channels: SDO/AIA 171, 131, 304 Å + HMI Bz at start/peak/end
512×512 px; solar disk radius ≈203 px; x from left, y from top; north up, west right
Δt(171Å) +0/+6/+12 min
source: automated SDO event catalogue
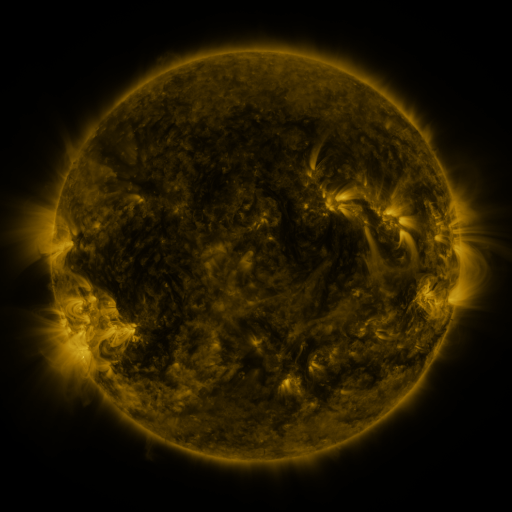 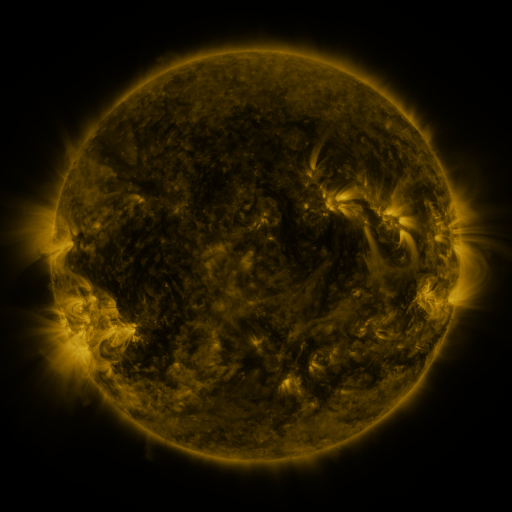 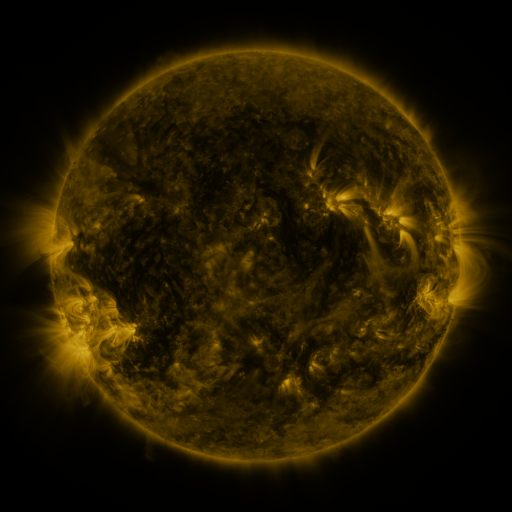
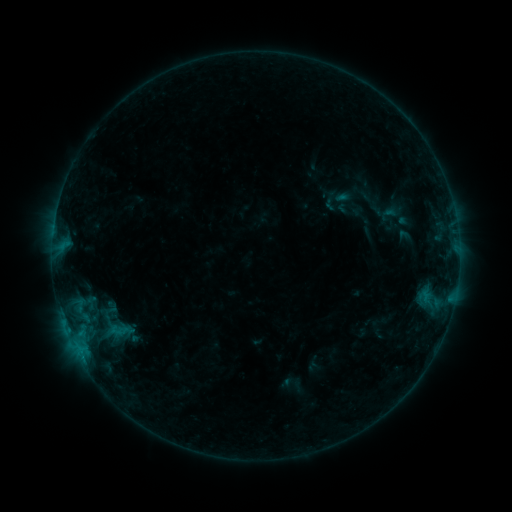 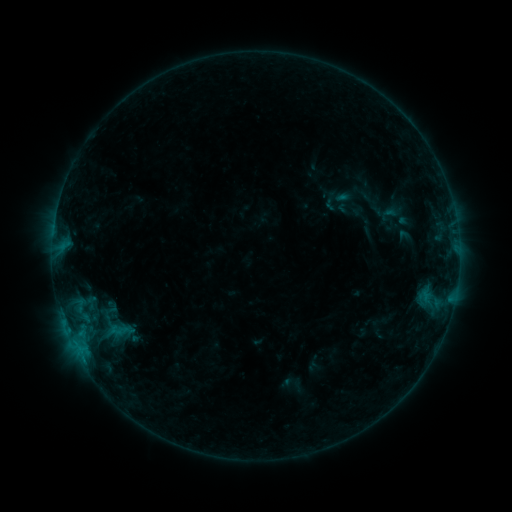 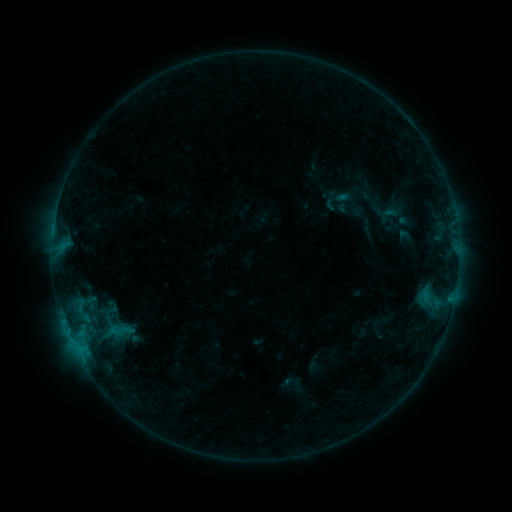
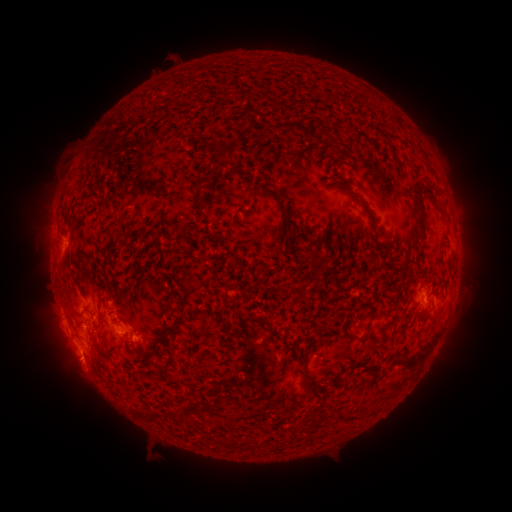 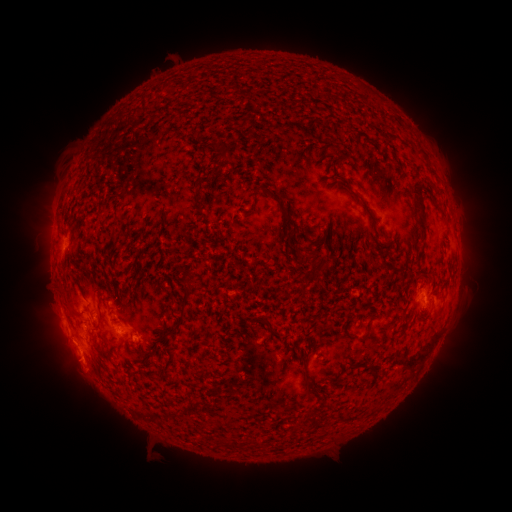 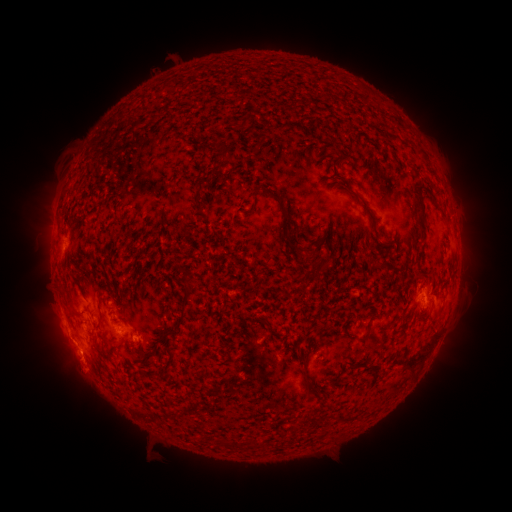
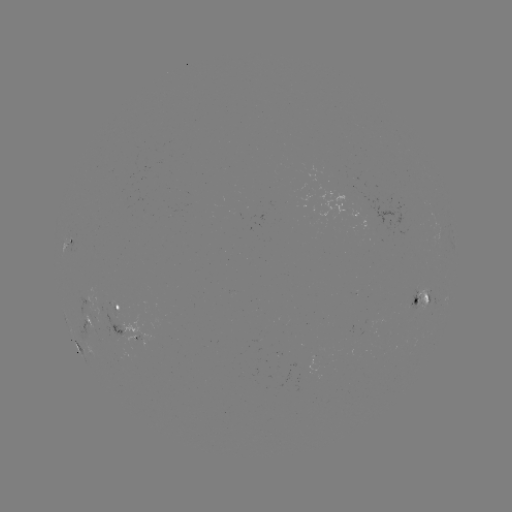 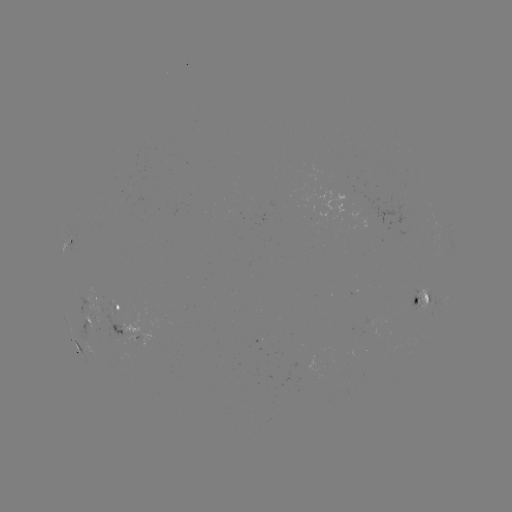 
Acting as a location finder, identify B5.2 flare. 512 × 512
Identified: (75, 342).